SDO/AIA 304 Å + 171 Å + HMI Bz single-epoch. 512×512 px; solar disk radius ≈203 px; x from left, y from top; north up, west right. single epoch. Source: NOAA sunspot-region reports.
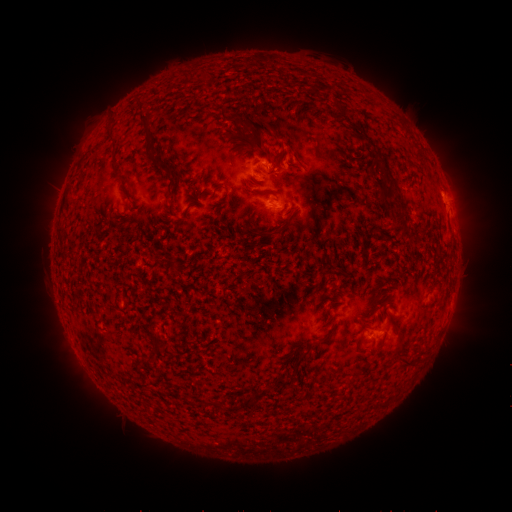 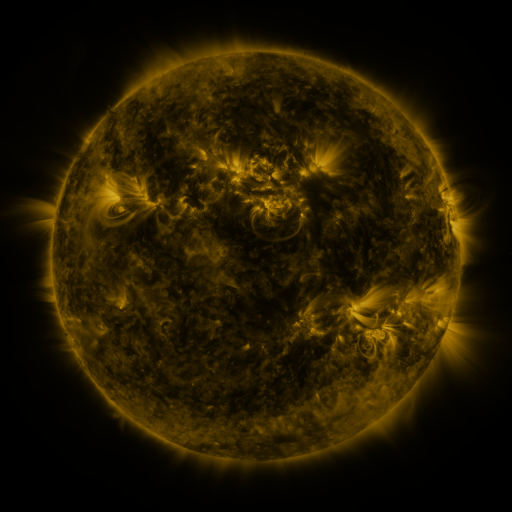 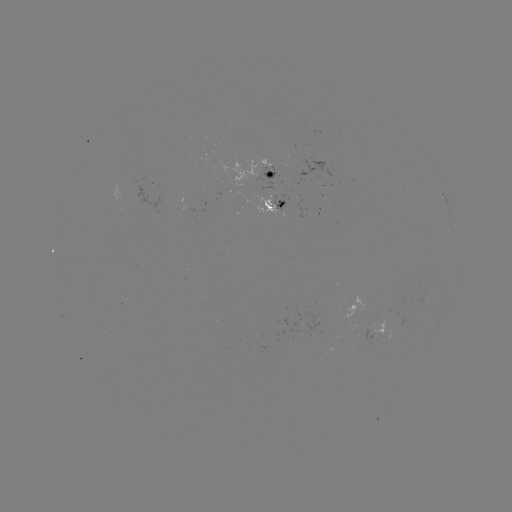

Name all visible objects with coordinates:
spotted active region: (256, 172)
spotted active region: (280, 206)
spotted active region: (454, 227)
spotted active region: (374, 336)
